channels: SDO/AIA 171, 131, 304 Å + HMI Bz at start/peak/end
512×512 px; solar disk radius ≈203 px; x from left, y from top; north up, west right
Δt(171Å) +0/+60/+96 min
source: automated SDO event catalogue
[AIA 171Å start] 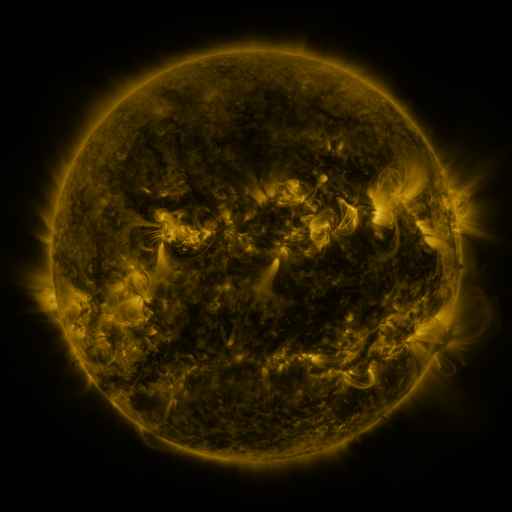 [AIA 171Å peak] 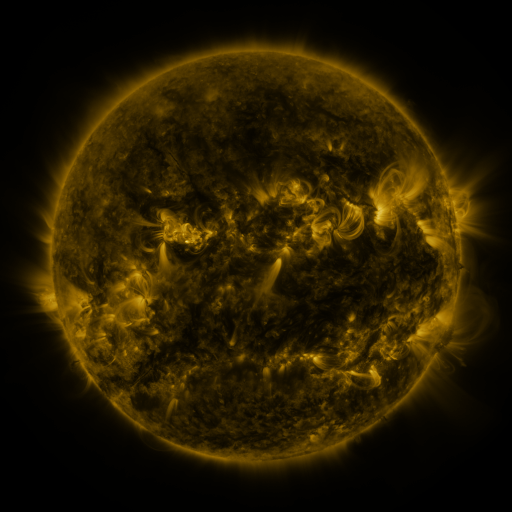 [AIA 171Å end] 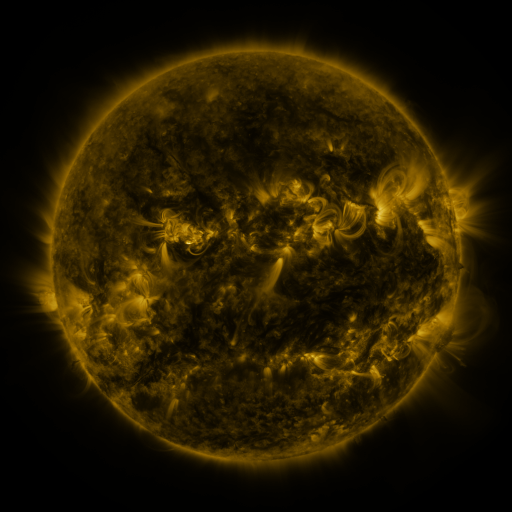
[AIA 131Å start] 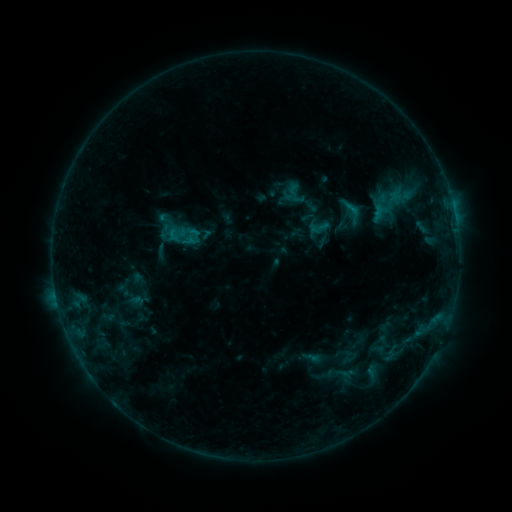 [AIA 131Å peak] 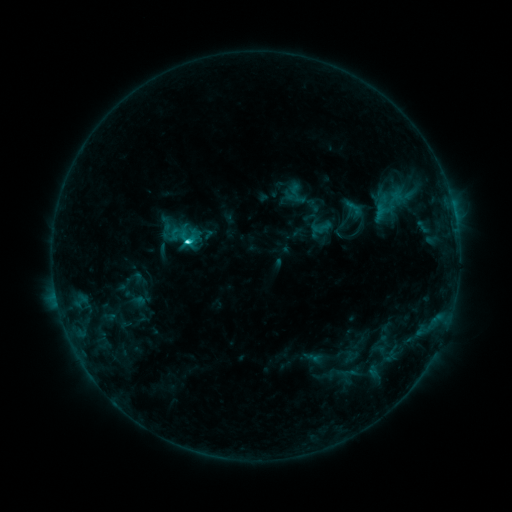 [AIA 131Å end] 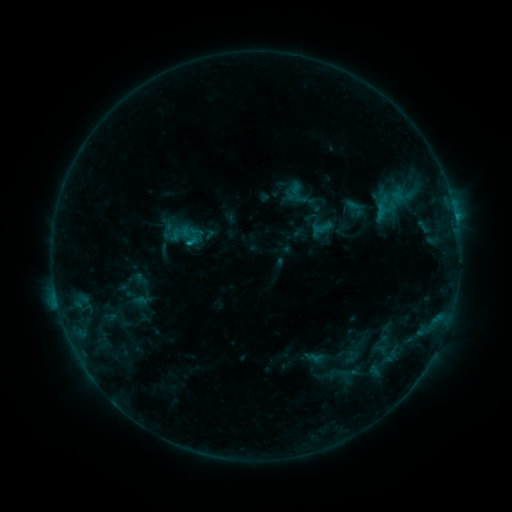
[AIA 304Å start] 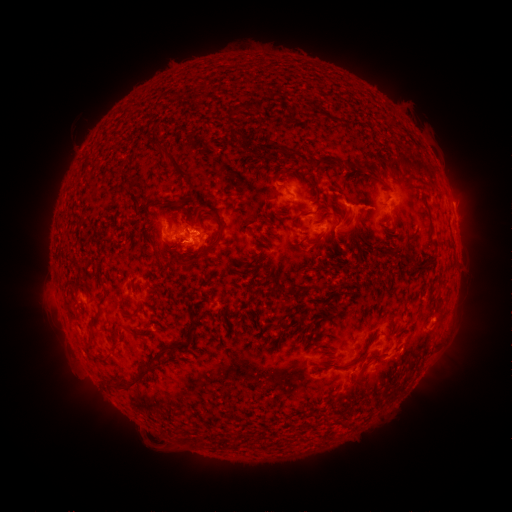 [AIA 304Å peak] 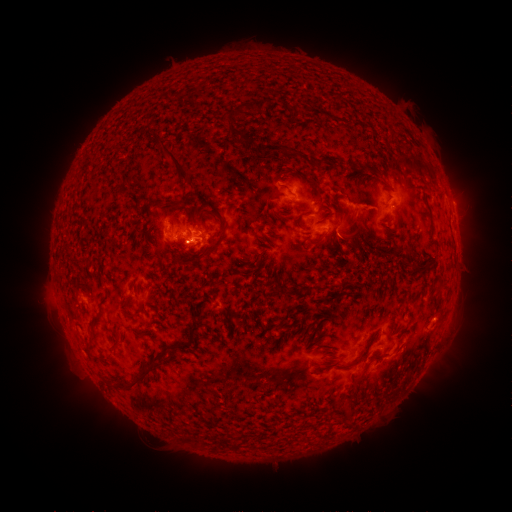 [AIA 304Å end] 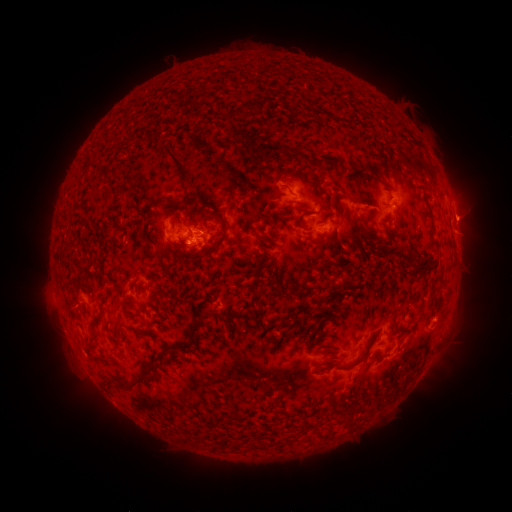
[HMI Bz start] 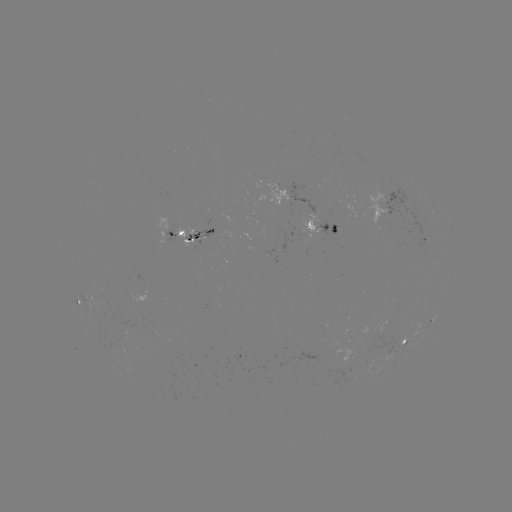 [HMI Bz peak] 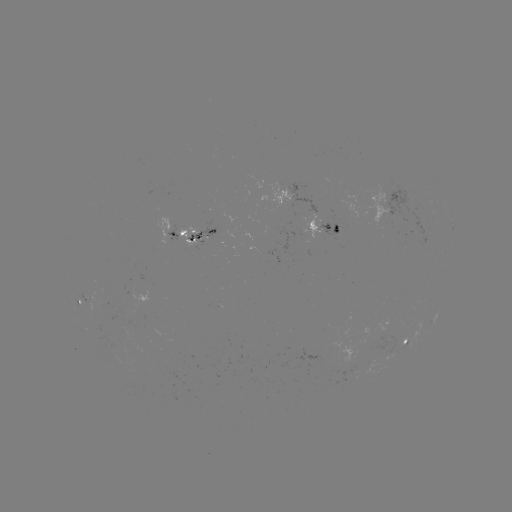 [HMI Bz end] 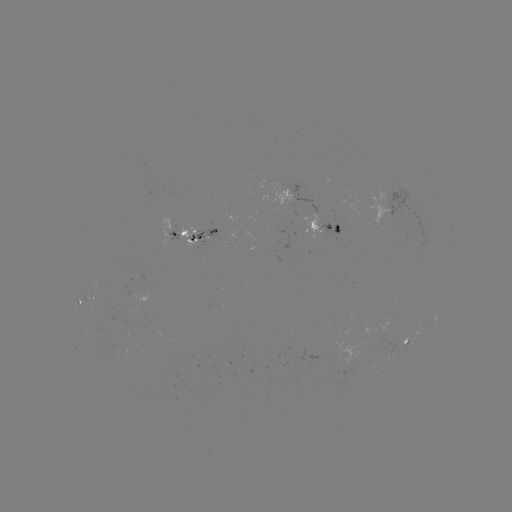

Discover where emerging-flux region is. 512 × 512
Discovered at (99, 307).